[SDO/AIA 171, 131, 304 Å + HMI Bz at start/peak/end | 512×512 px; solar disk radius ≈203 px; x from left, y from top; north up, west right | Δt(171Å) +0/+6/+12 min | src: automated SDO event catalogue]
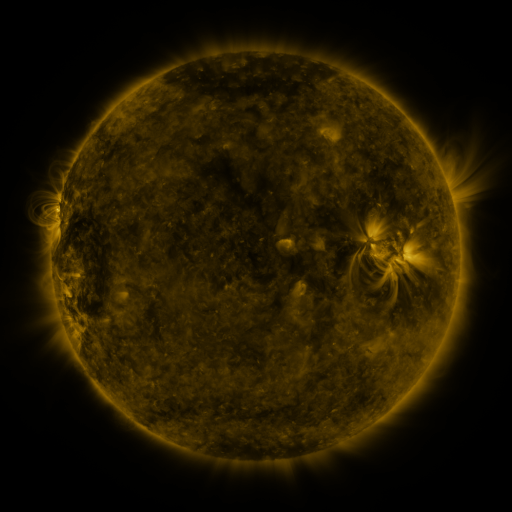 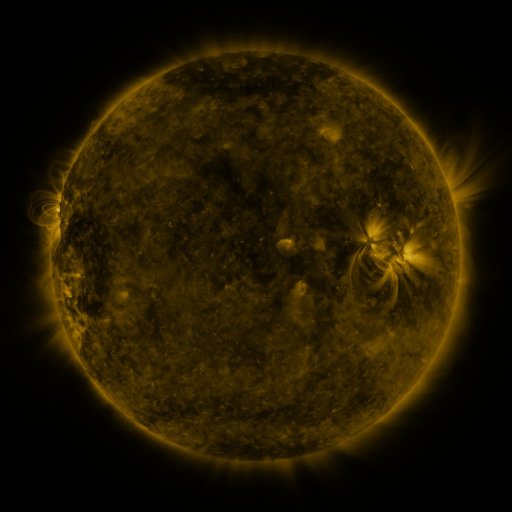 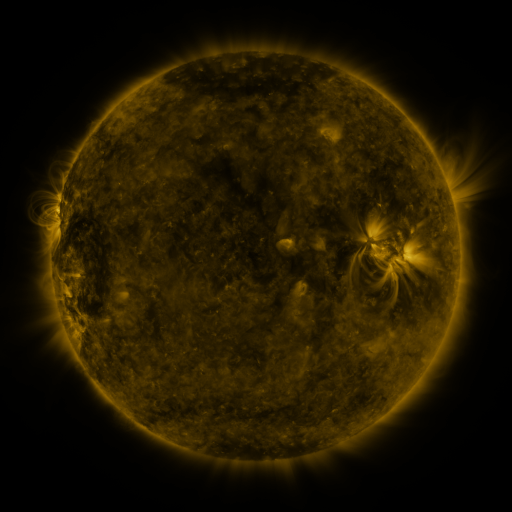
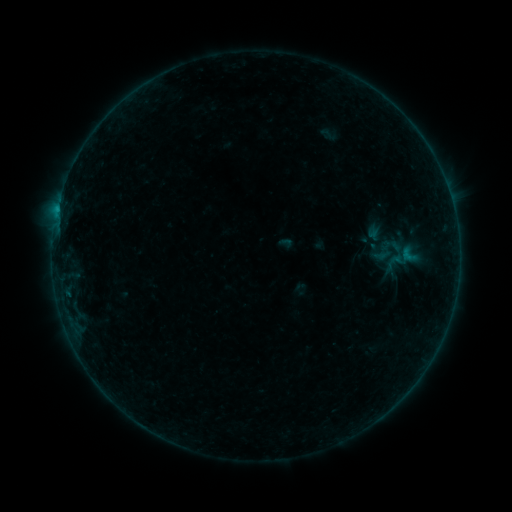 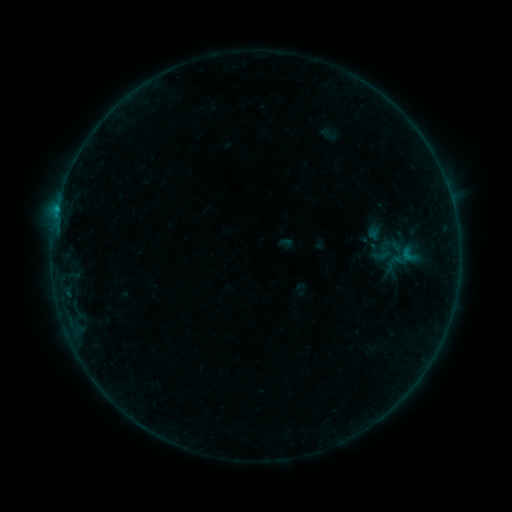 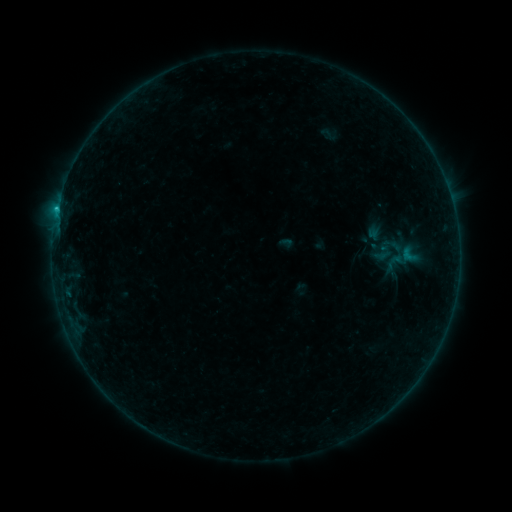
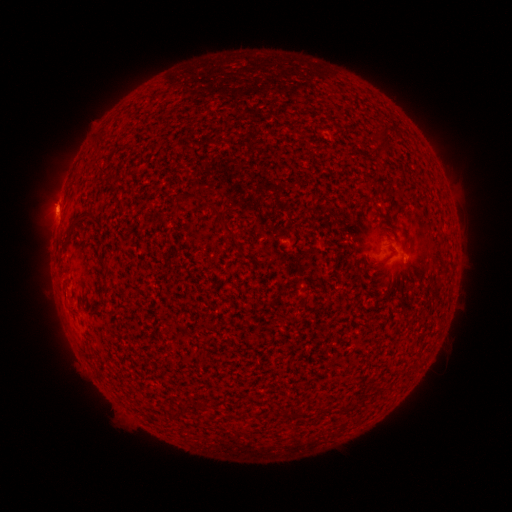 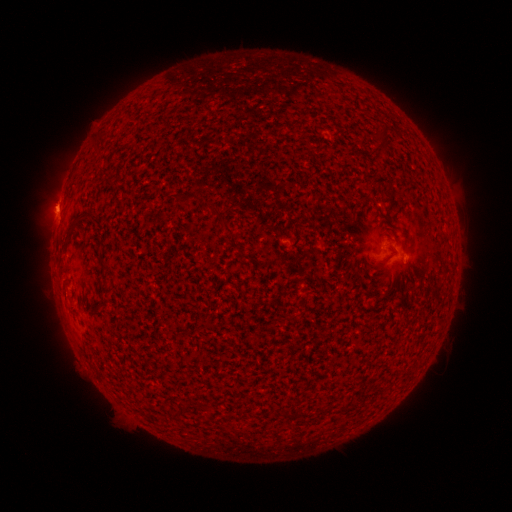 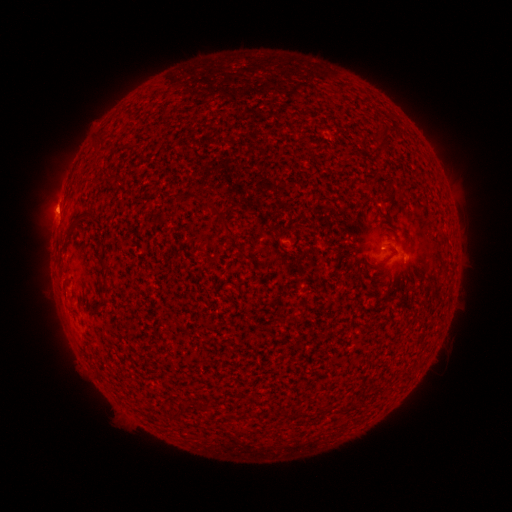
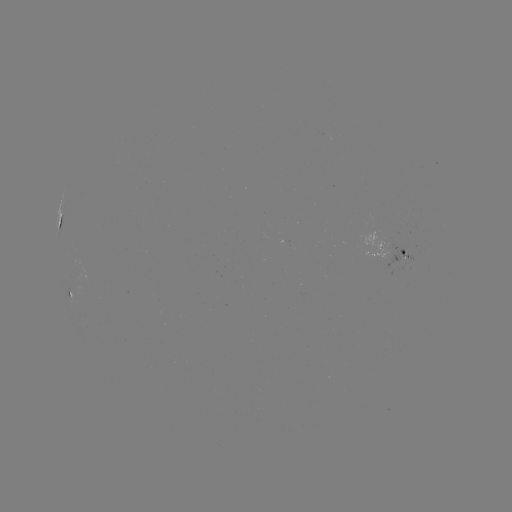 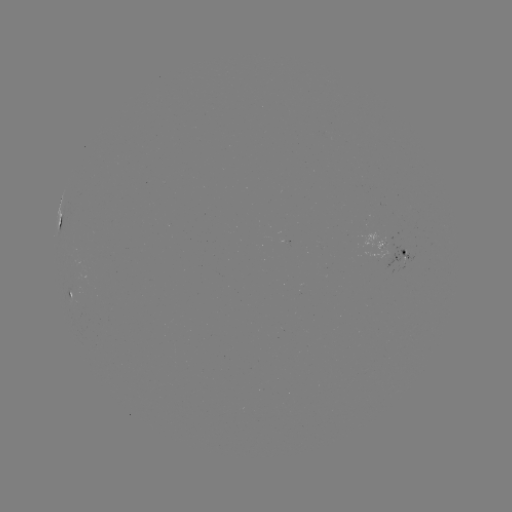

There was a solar flare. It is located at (58, 212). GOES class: B6.4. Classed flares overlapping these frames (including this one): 1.